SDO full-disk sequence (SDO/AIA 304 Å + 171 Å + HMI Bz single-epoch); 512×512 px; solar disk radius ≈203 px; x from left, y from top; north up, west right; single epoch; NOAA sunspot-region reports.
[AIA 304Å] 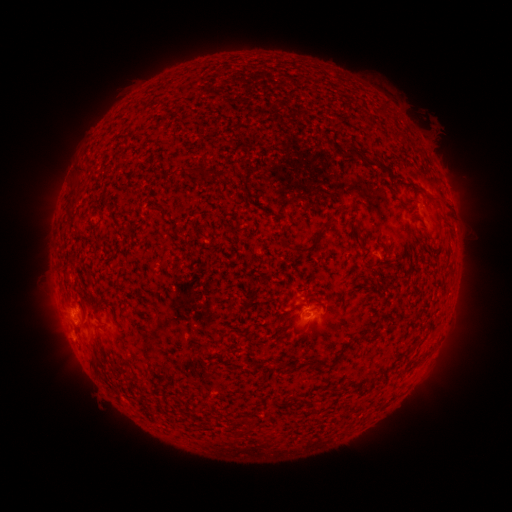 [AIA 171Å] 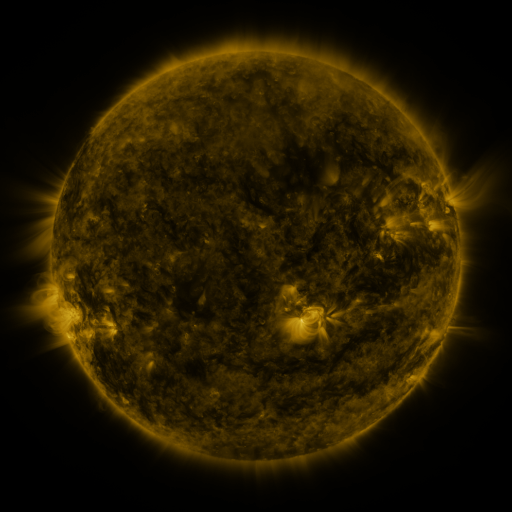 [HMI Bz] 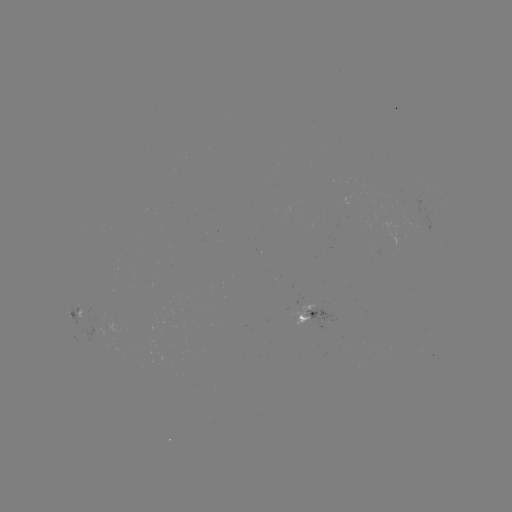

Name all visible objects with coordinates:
spotted active region: (381, 257)
spotted active region: (77, 308)
spotted active region: (314, 313)
